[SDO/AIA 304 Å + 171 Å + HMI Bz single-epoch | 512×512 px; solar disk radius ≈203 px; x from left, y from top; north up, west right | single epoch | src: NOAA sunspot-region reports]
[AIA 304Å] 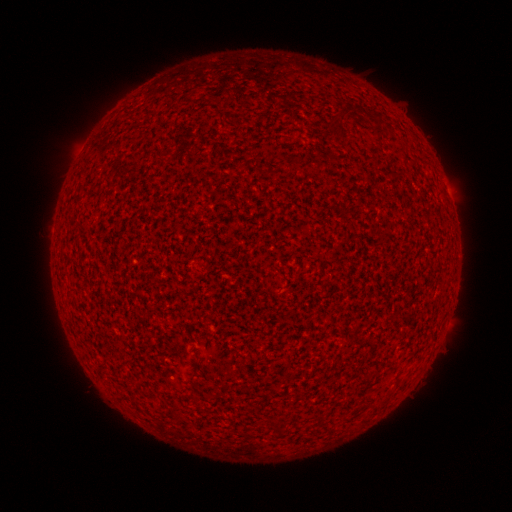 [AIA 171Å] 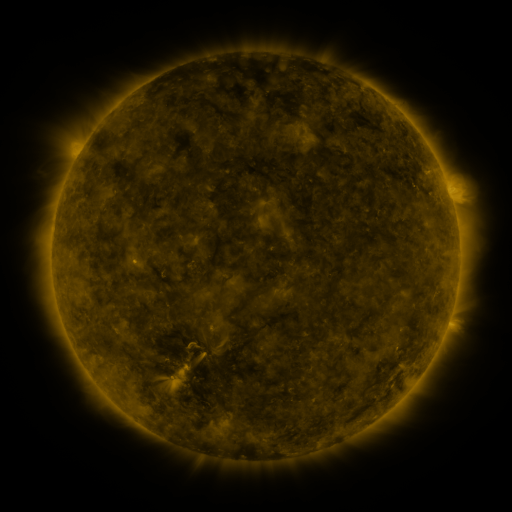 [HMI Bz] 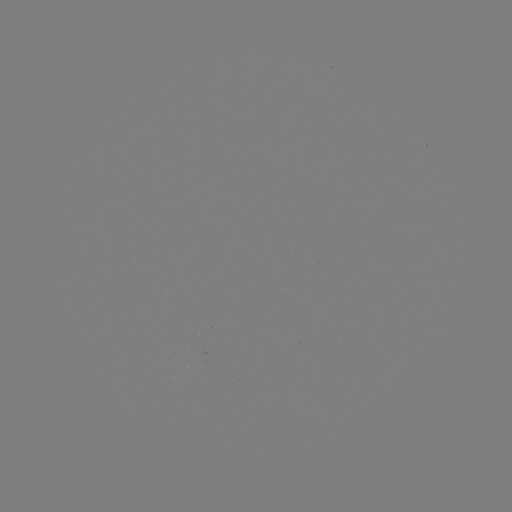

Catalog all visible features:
(none)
